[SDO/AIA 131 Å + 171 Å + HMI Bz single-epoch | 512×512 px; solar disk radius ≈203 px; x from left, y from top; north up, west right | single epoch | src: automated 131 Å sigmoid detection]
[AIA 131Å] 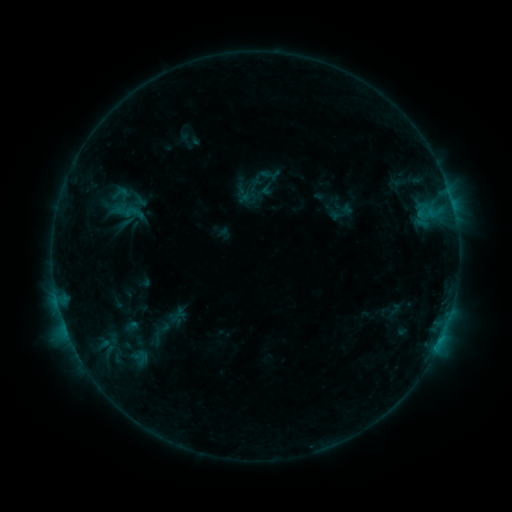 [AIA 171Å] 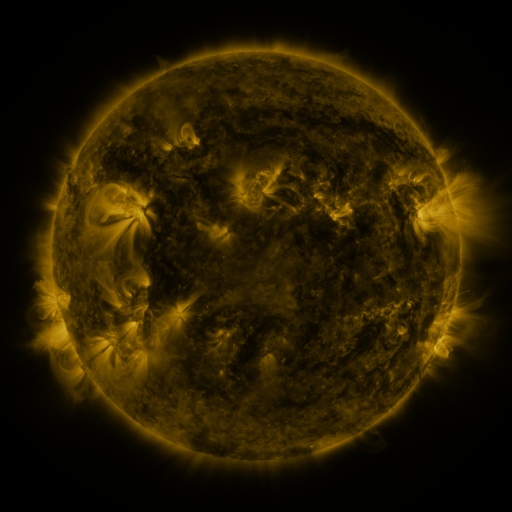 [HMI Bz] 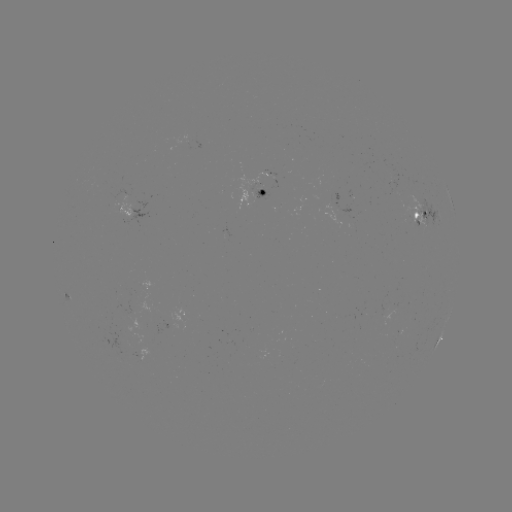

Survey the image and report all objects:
sigmoid: [259, 166, 277, 184]
sigmoid: [111, 185, 128, 202]
